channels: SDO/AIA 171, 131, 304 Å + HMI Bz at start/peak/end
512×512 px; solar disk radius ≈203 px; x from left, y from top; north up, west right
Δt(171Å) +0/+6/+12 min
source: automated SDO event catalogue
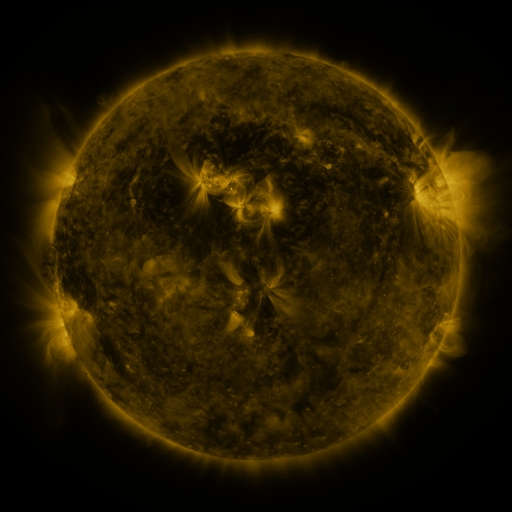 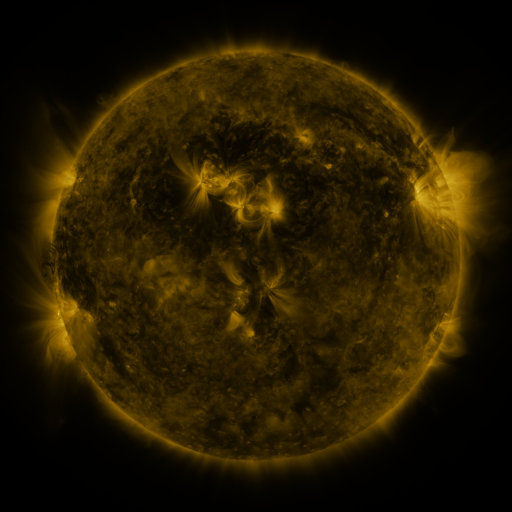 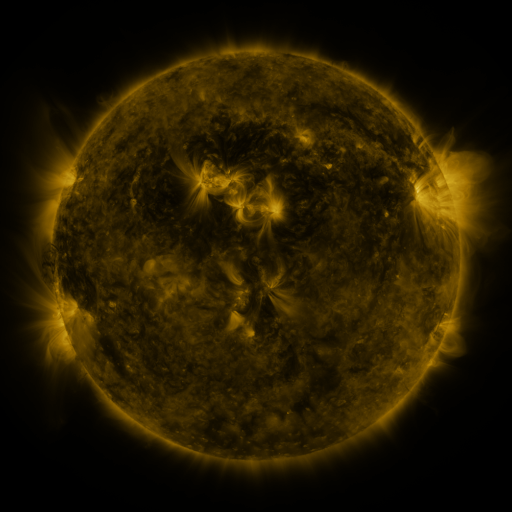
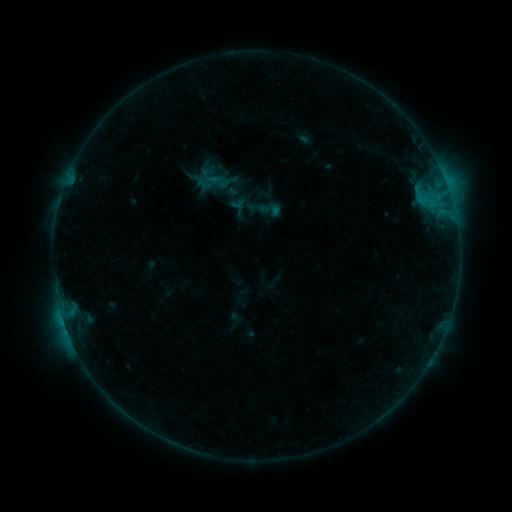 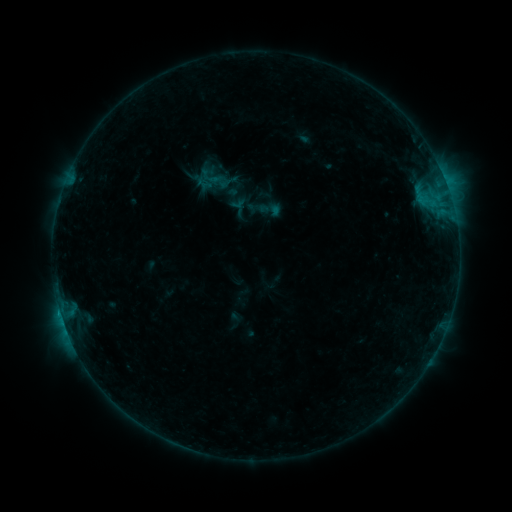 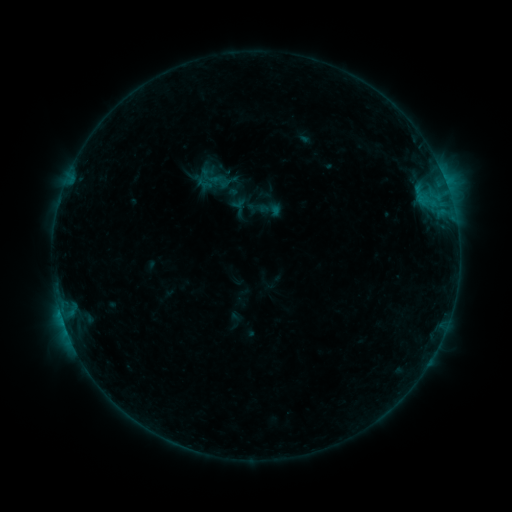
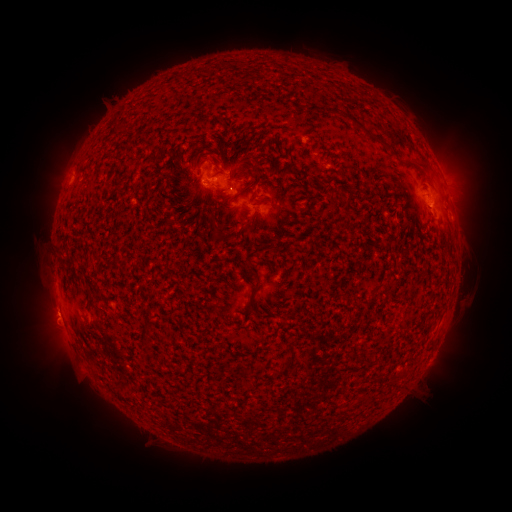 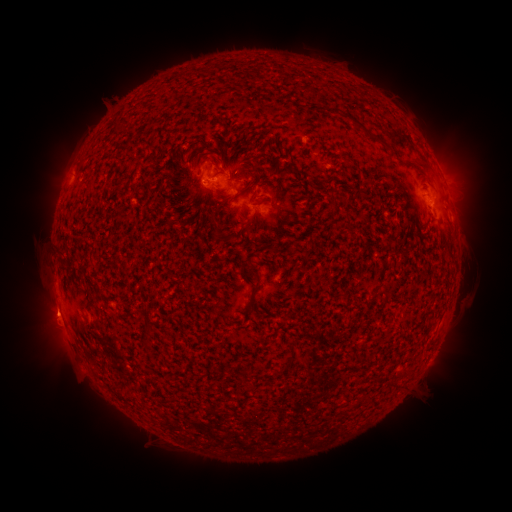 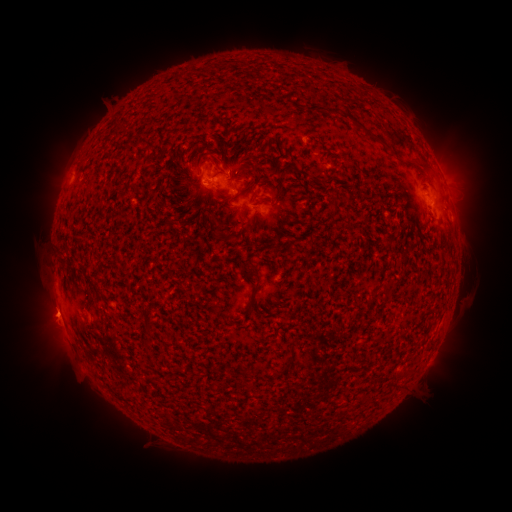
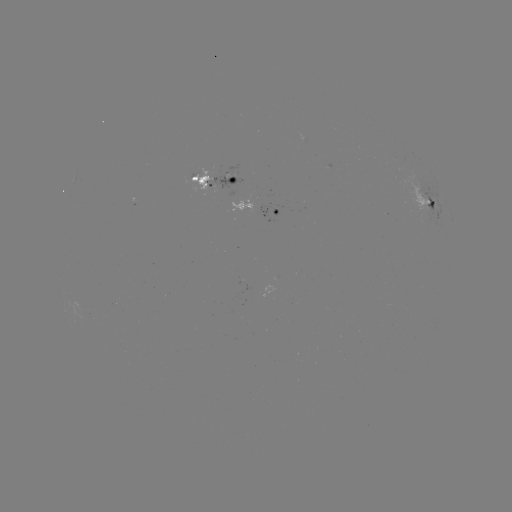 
nothing was catalogued: no classed flare, no EUV trigger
